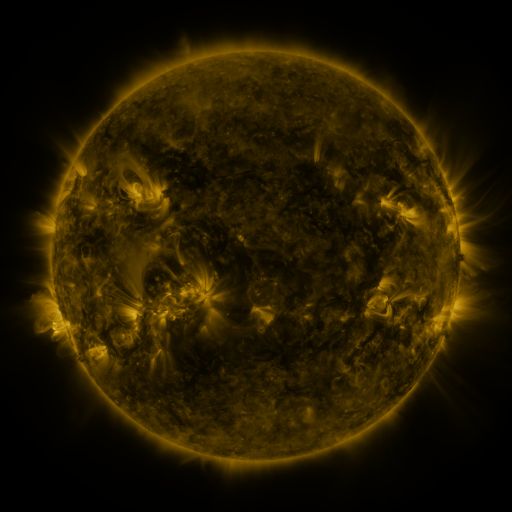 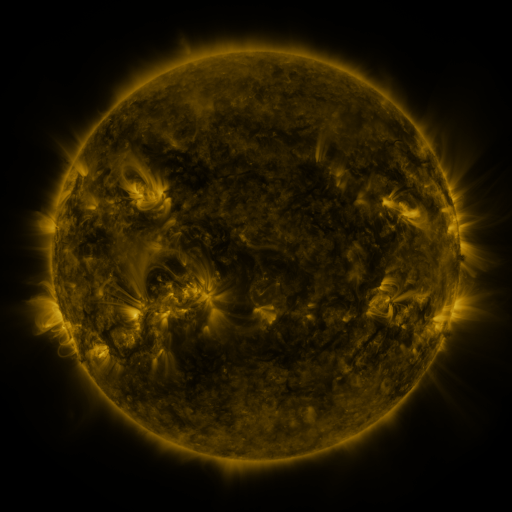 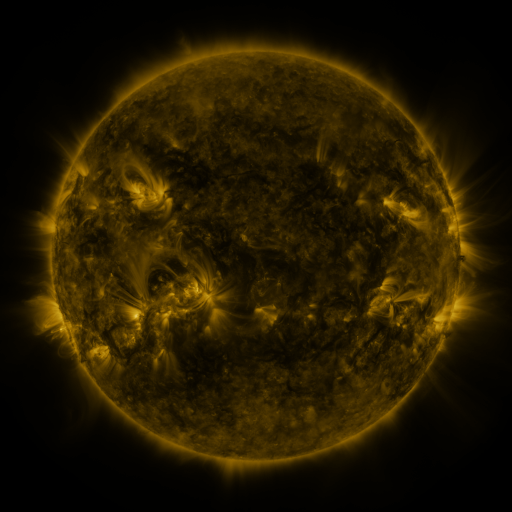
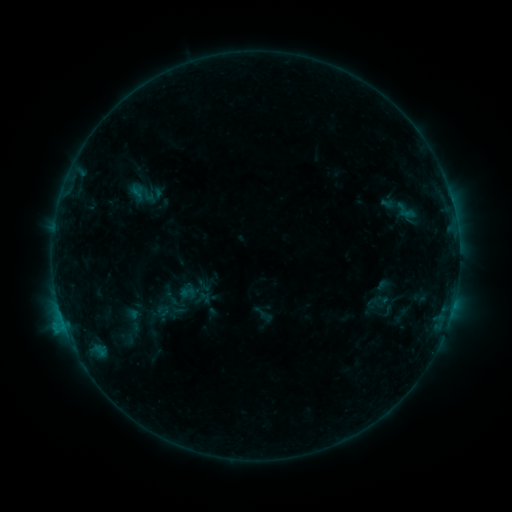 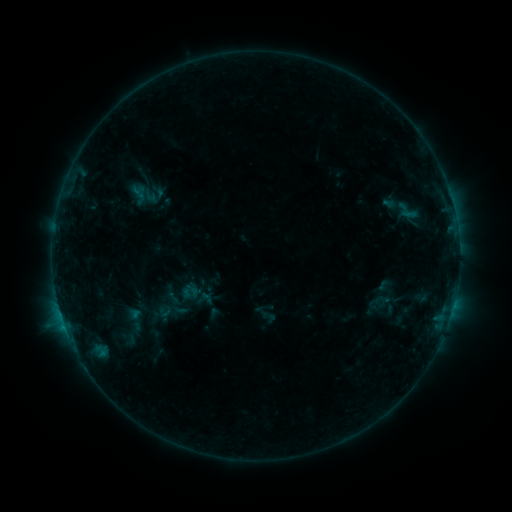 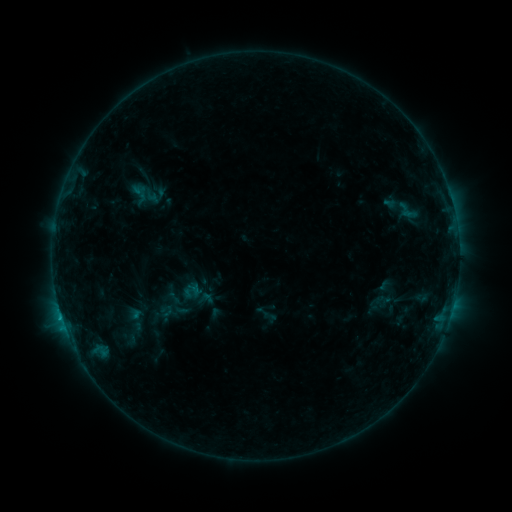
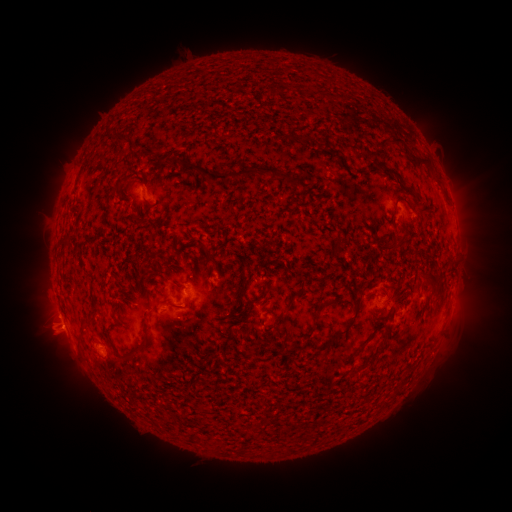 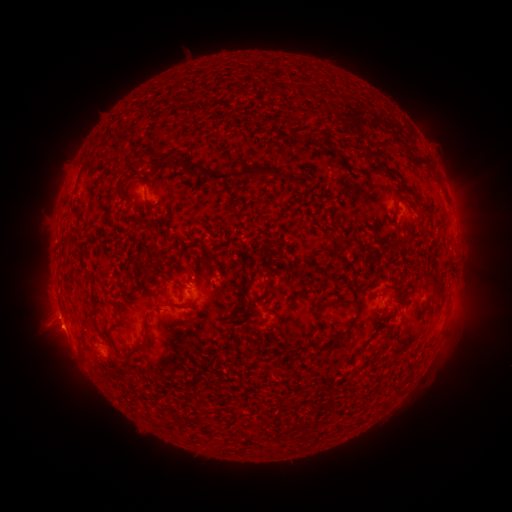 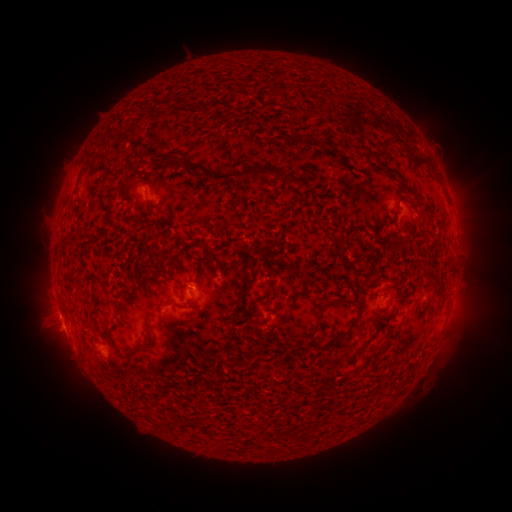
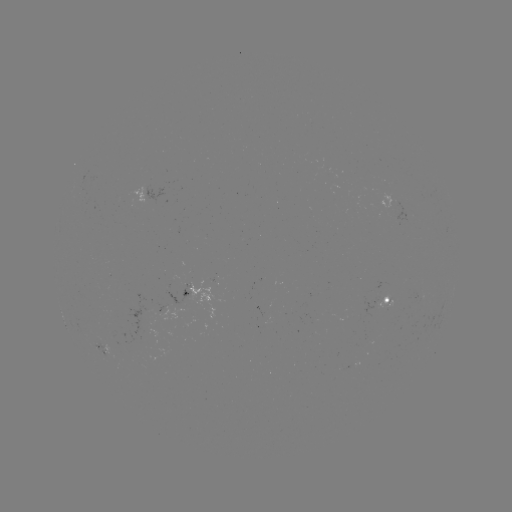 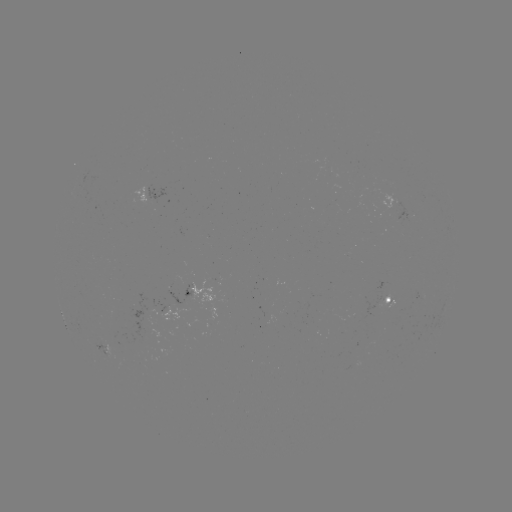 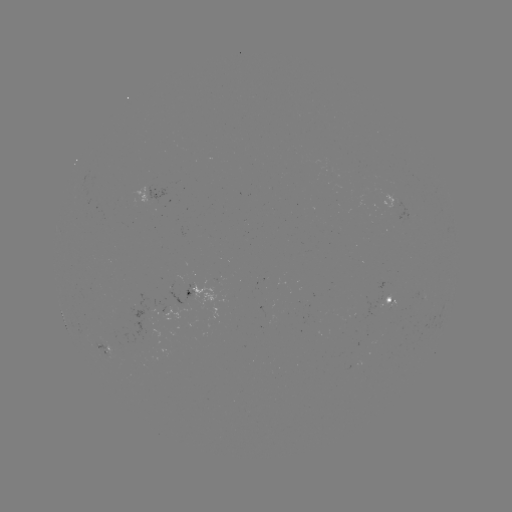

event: emerging-flux region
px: (155, 306)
